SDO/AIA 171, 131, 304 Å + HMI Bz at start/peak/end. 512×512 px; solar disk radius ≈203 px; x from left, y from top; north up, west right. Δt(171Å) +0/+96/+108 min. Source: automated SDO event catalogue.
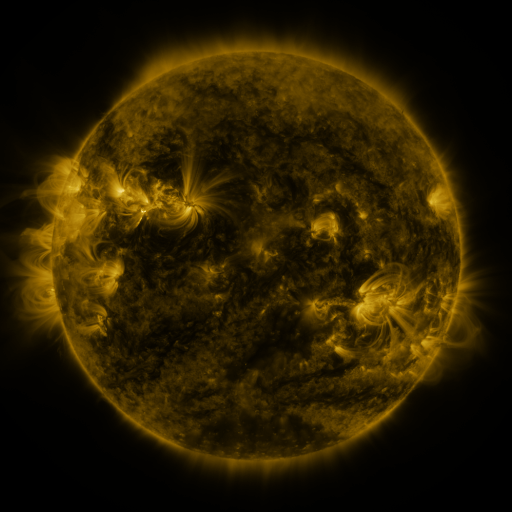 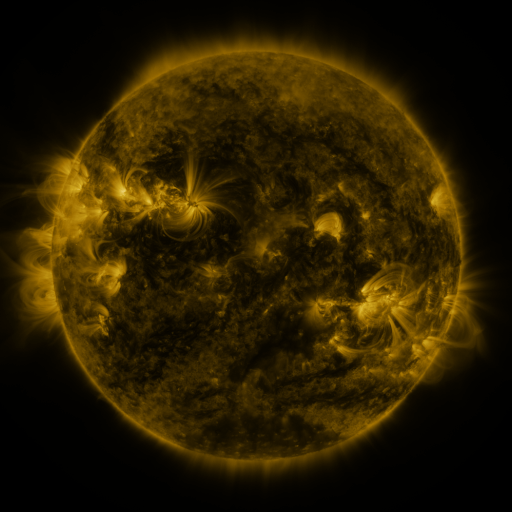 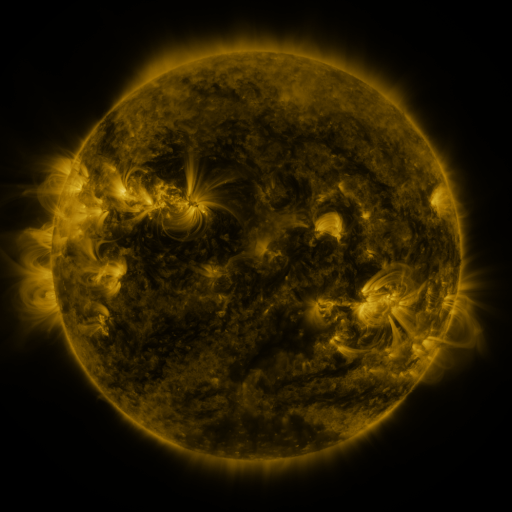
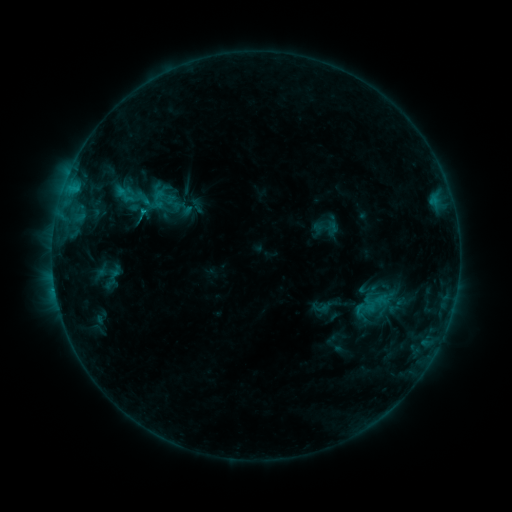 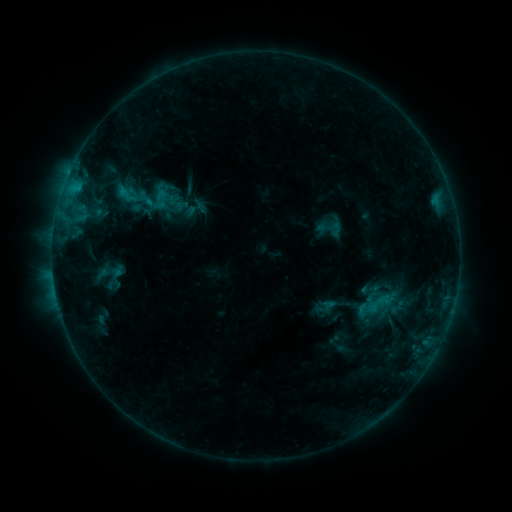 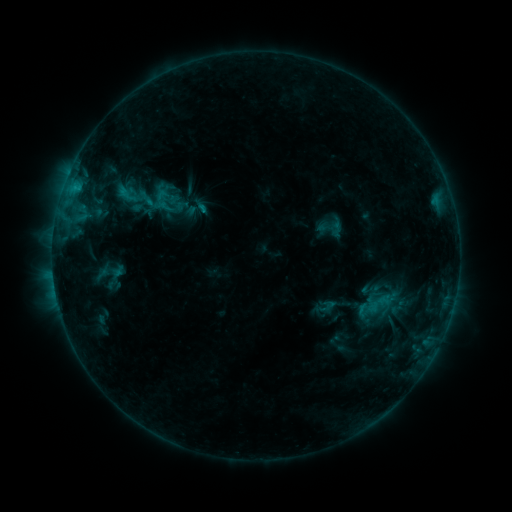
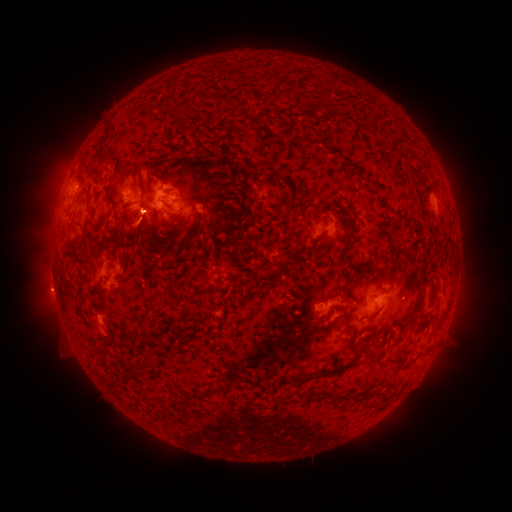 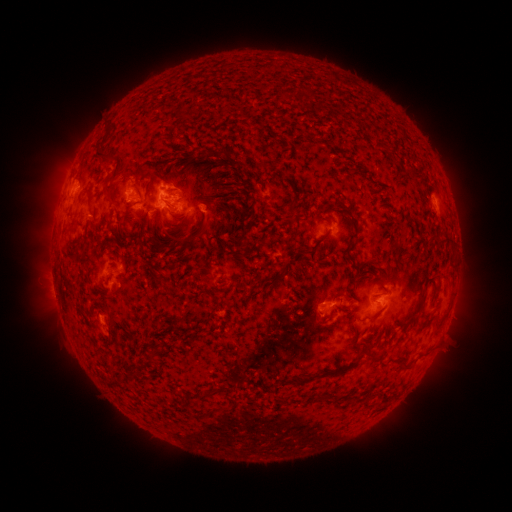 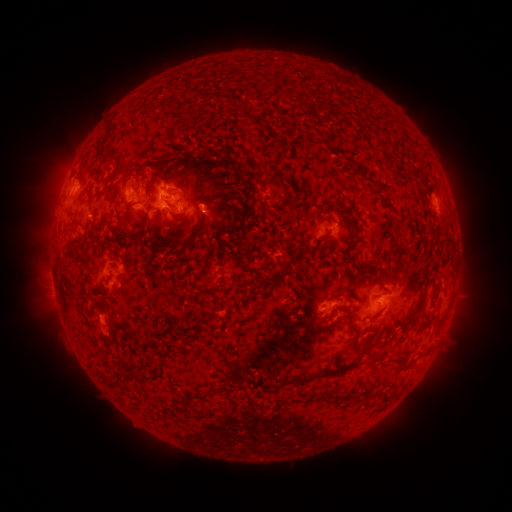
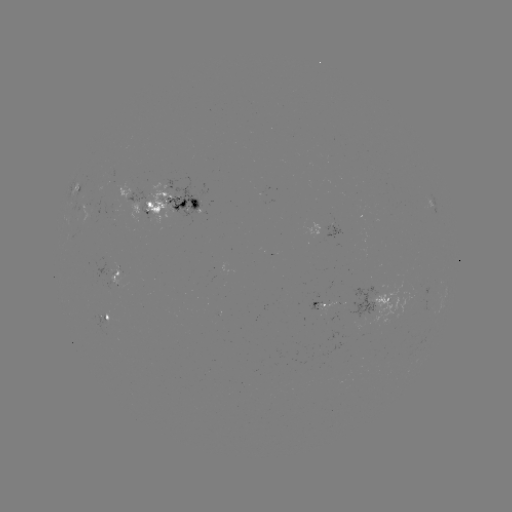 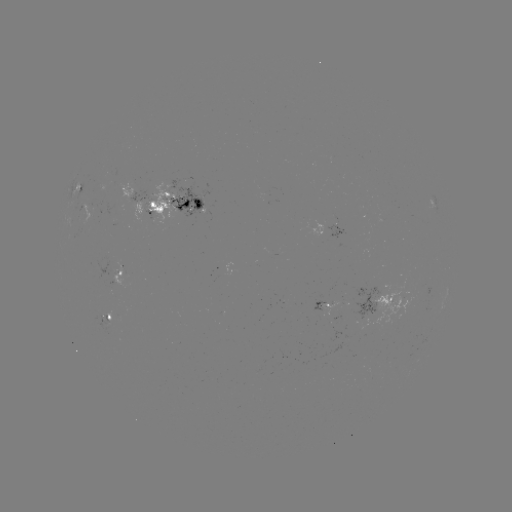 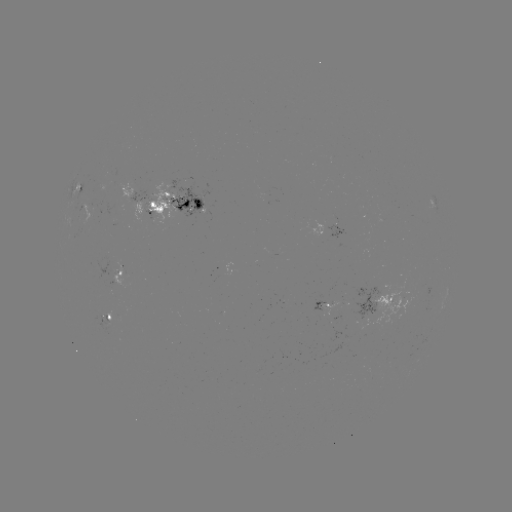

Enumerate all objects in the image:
emerging-flux region: (109, 215)
